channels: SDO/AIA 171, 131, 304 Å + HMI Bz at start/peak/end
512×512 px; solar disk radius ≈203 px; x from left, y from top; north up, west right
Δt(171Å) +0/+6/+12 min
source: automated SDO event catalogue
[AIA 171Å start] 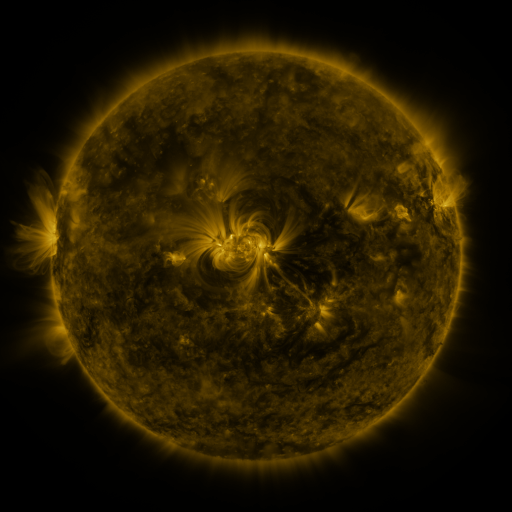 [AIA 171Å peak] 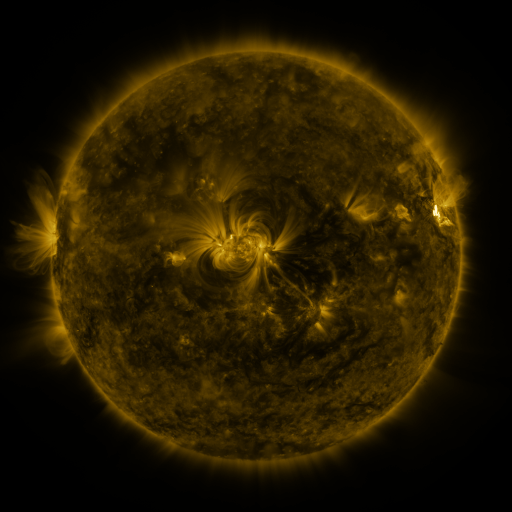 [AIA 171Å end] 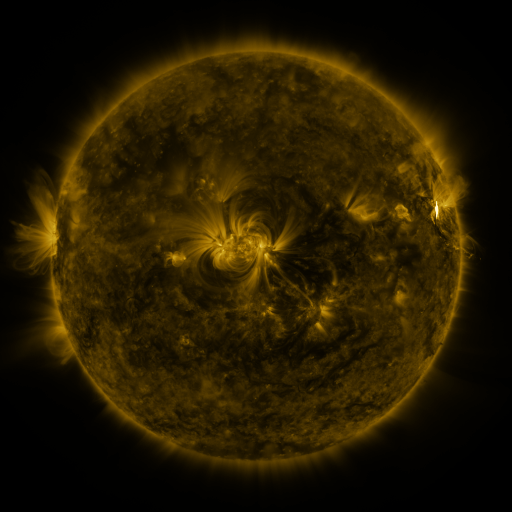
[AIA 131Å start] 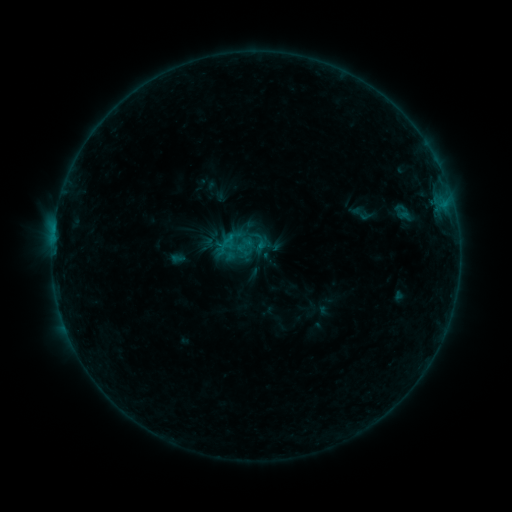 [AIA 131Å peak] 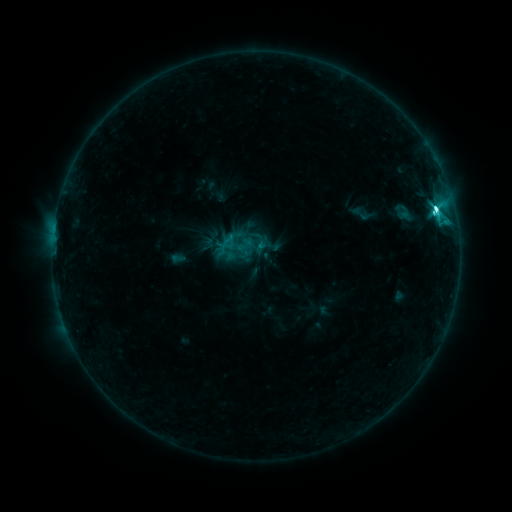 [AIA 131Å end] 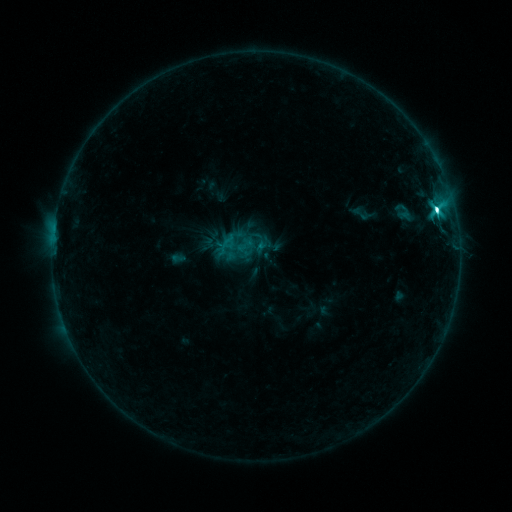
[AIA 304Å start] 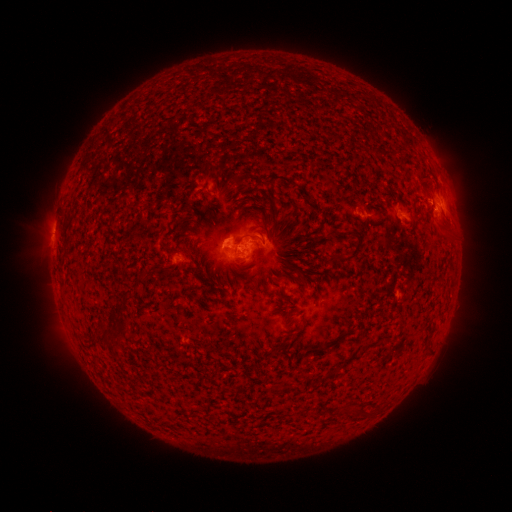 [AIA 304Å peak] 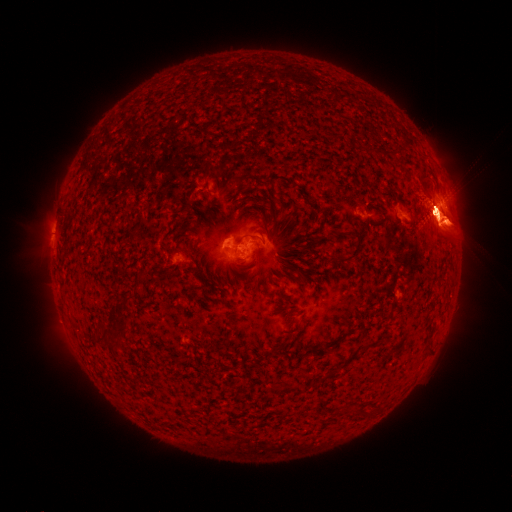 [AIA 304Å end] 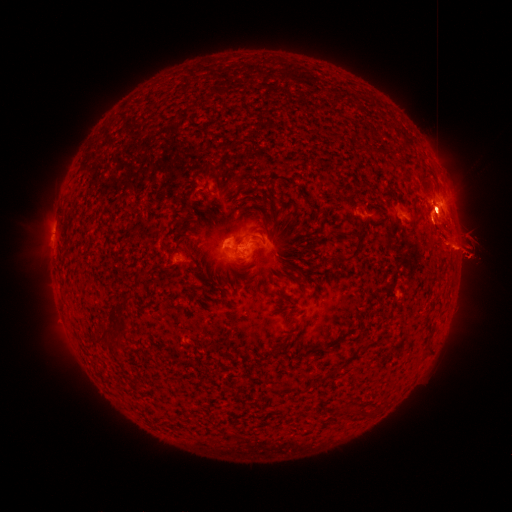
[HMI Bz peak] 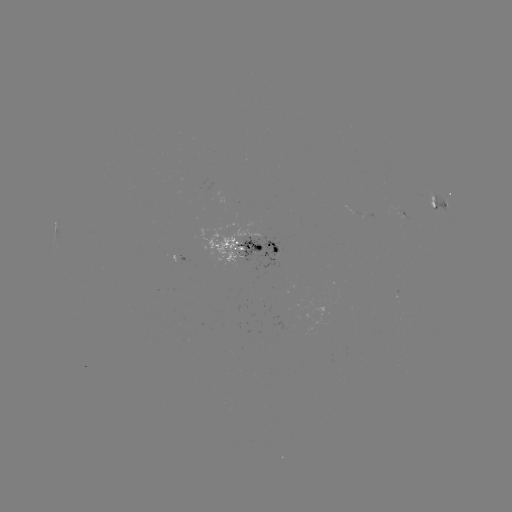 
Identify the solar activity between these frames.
M1.9 flare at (436, 212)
